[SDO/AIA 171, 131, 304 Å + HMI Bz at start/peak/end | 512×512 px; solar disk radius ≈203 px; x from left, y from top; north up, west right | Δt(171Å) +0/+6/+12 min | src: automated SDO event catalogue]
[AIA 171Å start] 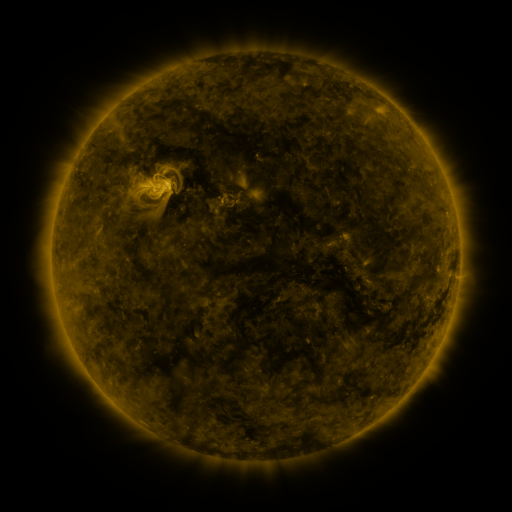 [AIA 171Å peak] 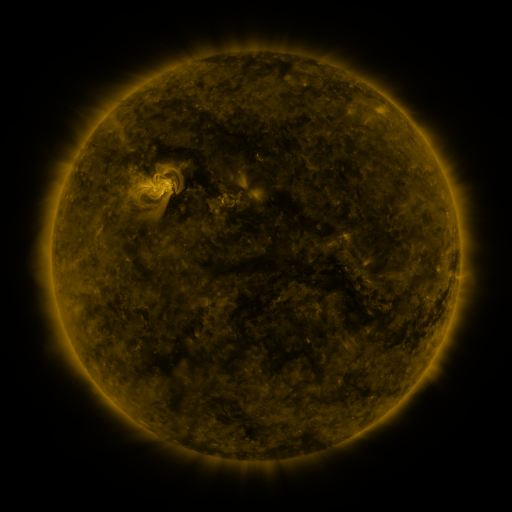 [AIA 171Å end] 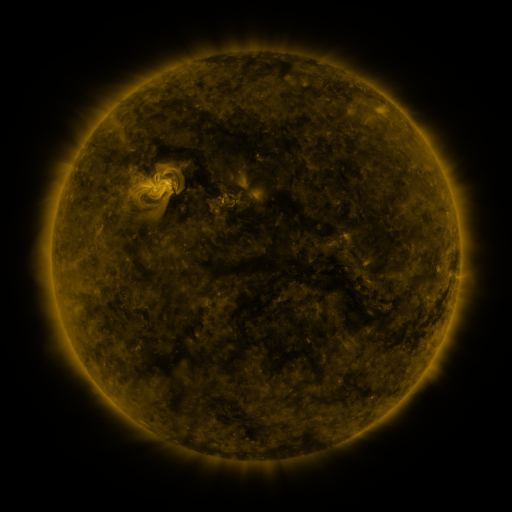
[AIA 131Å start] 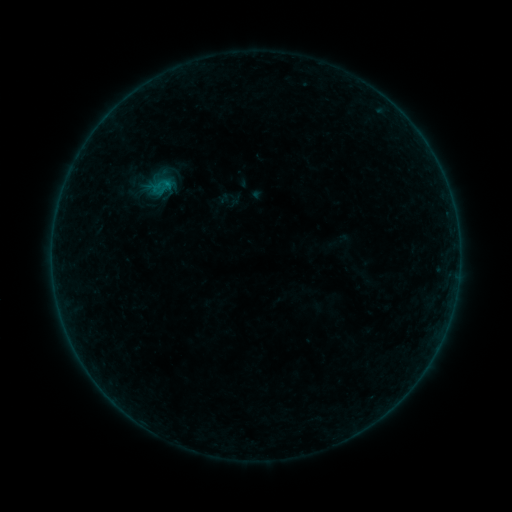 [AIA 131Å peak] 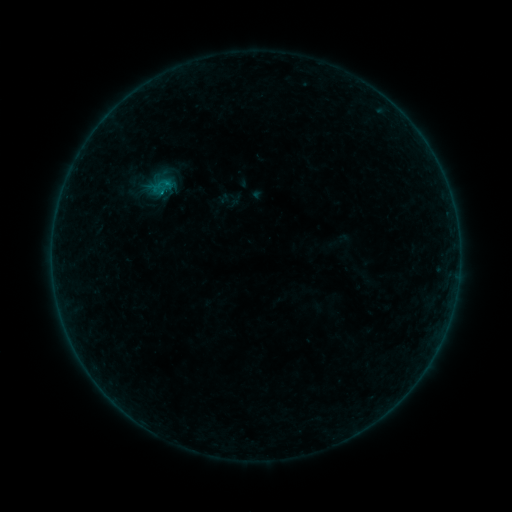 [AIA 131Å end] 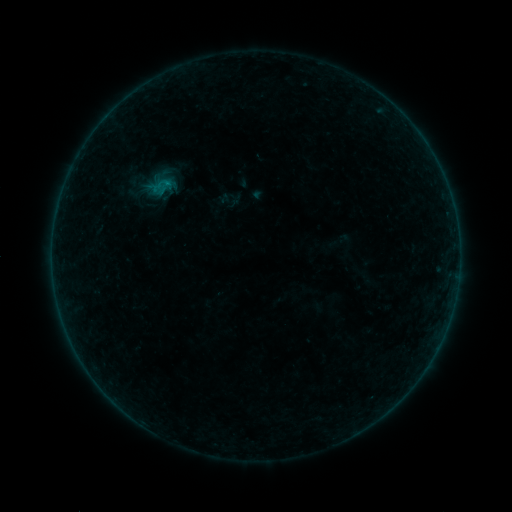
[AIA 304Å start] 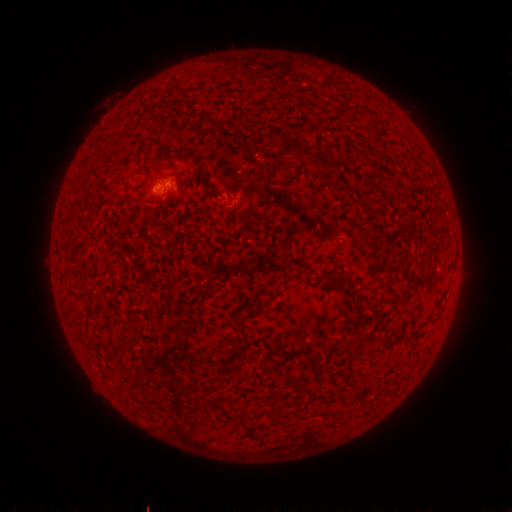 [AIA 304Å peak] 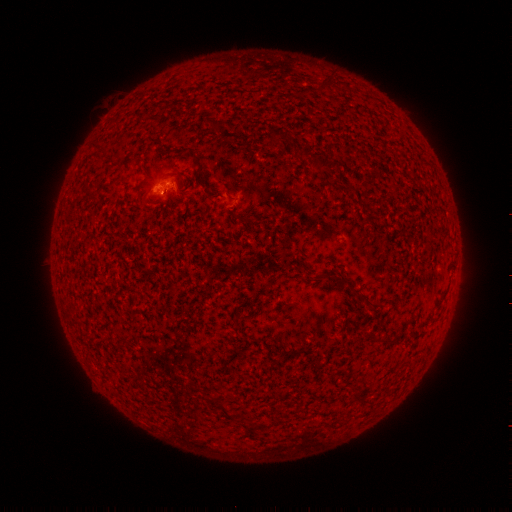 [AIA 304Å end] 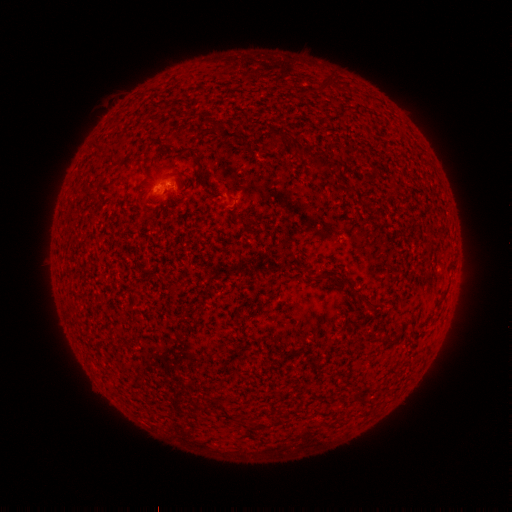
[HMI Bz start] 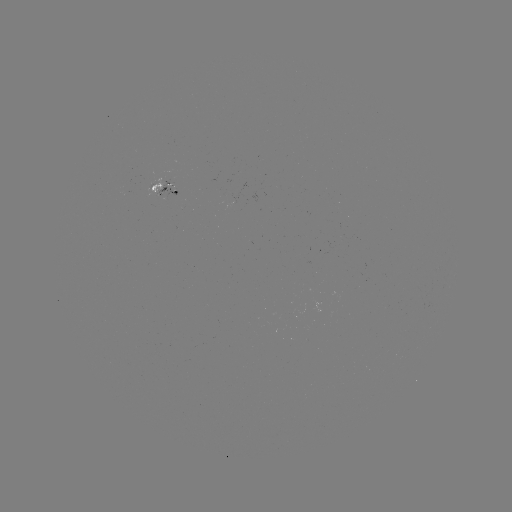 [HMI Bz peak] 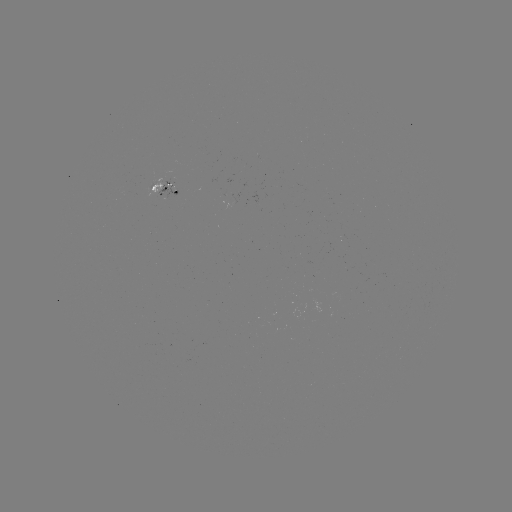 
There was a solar flare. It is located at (163, 194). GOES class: B1.2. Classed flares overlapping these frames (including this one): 1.